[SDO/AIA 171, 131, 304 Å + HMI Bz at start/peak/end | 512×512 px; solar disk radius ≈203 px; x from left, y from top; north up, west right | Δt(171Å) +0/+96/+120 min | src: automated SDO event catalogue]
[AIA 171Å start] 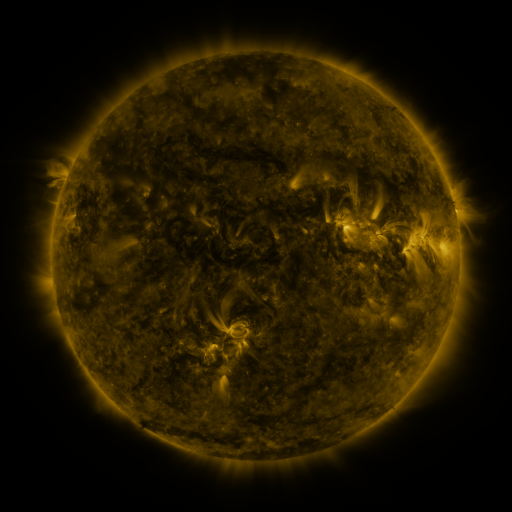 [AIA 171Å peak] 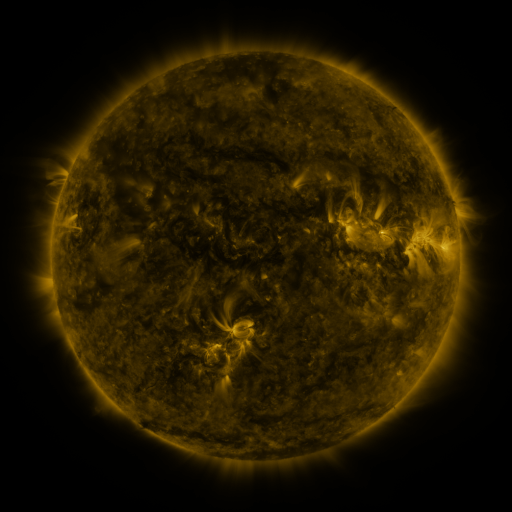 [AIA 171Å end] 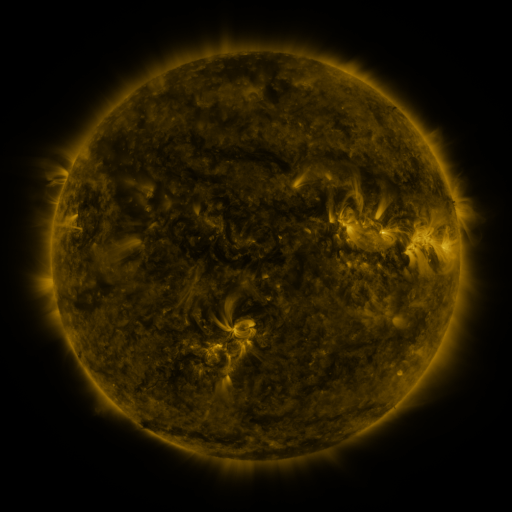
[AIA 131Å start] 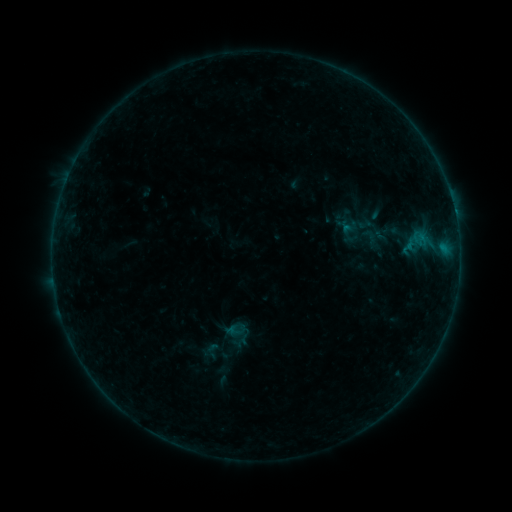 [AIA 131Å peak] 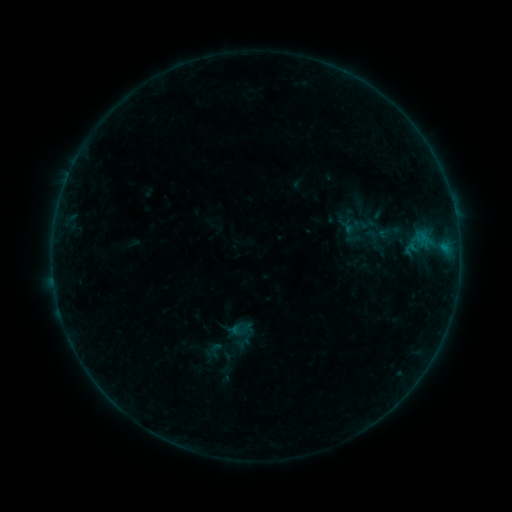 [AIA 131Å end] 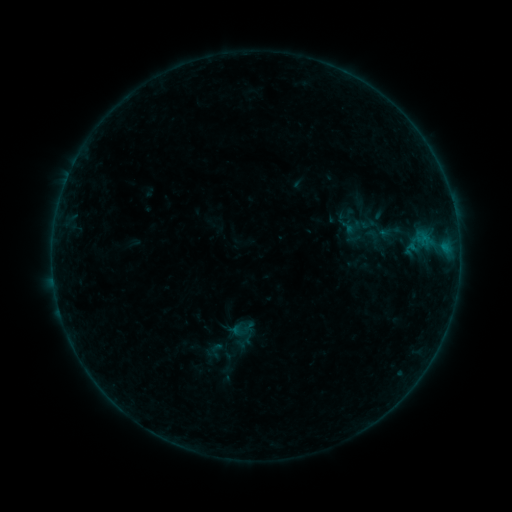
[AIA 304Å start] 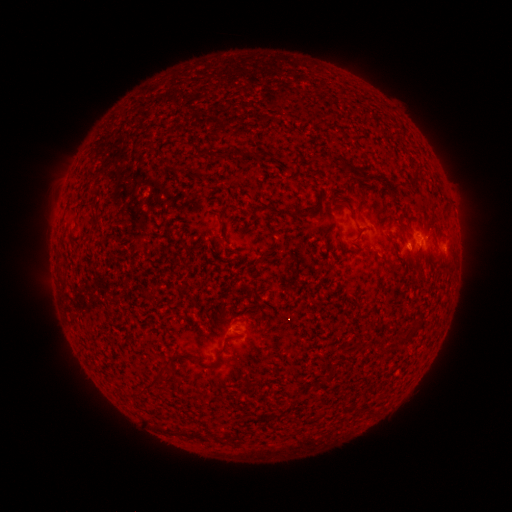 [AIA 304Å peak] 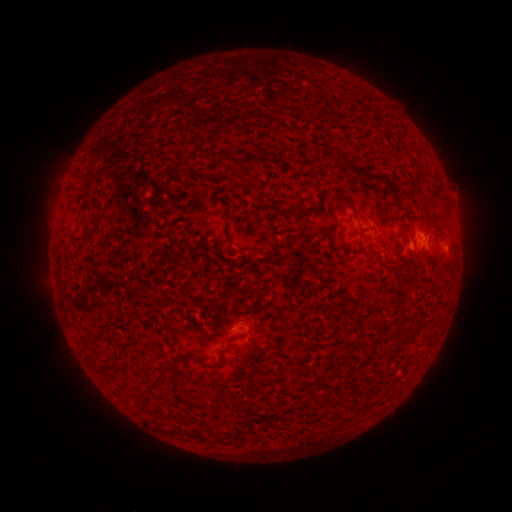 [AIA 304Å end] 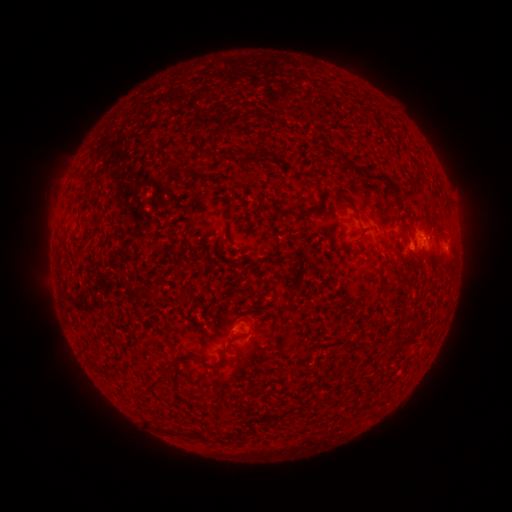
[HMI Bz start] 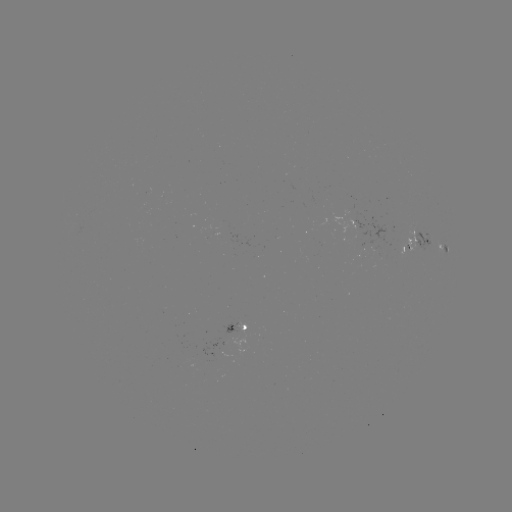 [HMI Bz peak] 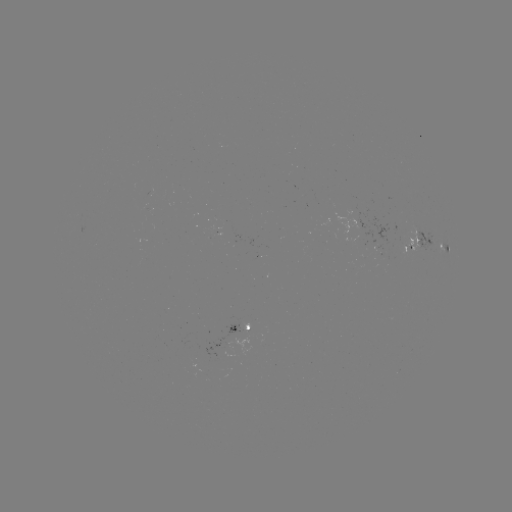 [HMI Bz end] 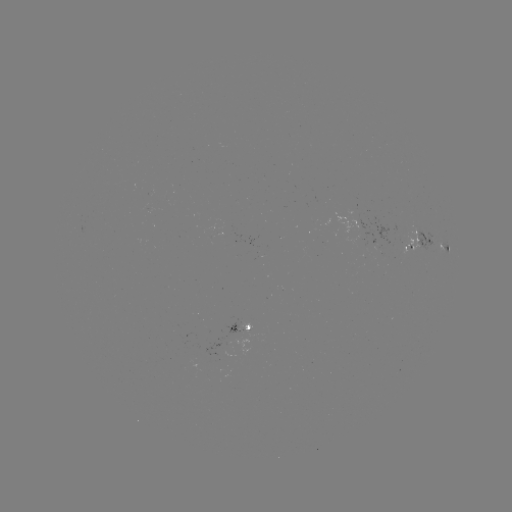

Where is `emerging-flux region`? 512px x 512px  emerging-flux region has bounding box [223, 322, 241, 334].